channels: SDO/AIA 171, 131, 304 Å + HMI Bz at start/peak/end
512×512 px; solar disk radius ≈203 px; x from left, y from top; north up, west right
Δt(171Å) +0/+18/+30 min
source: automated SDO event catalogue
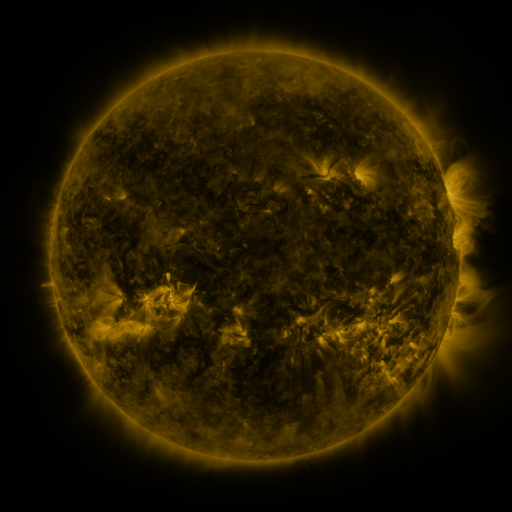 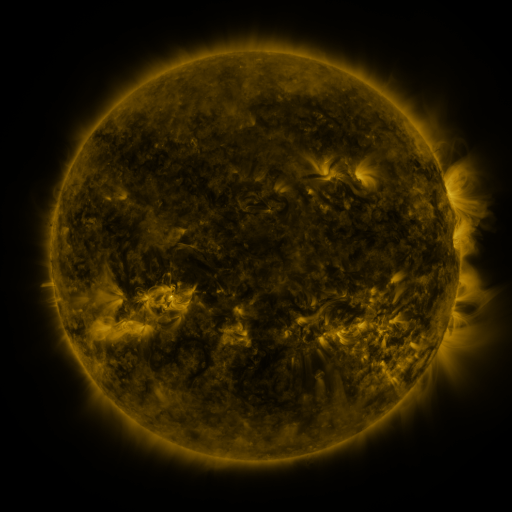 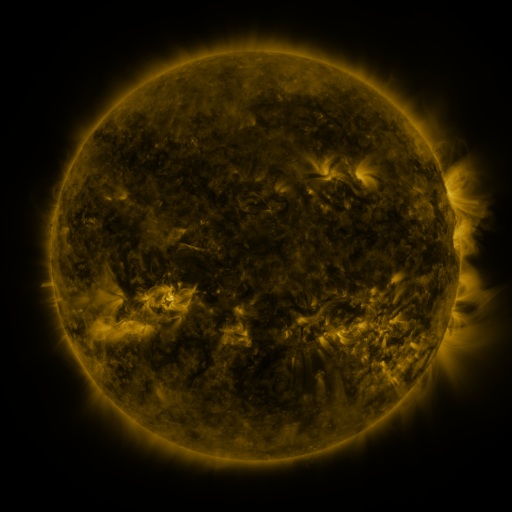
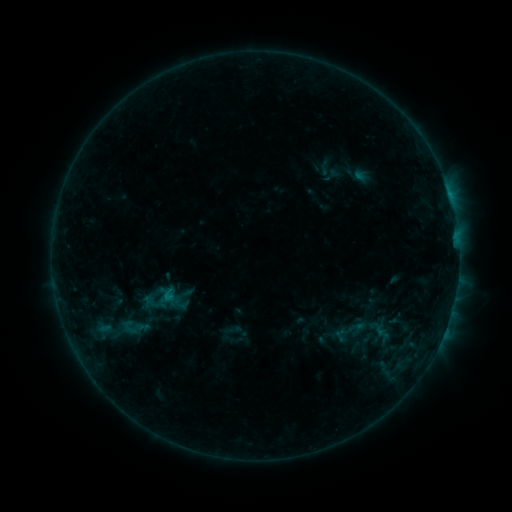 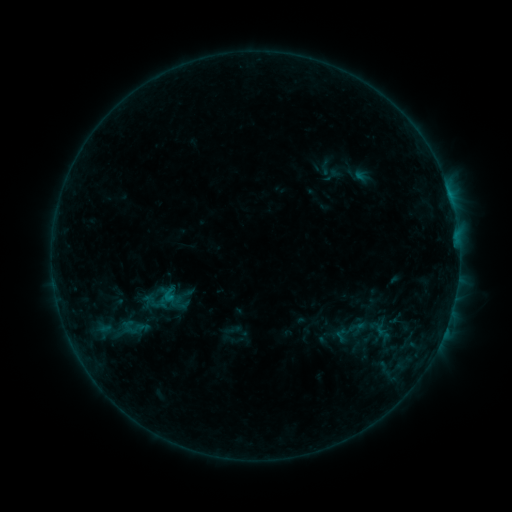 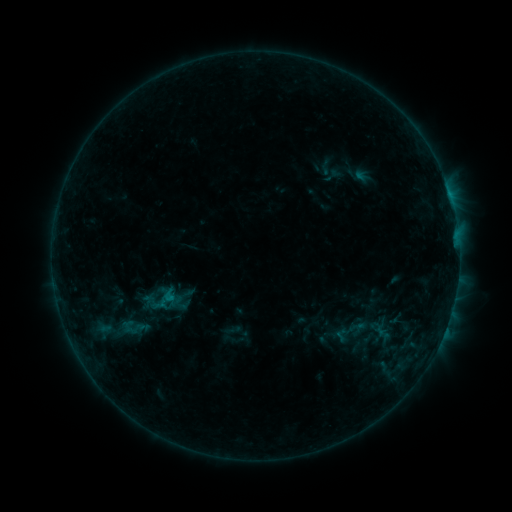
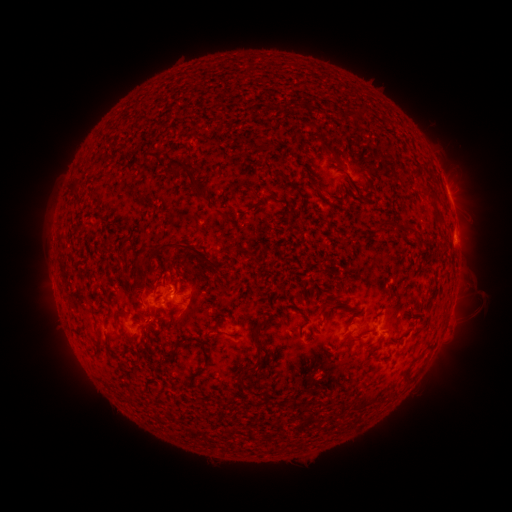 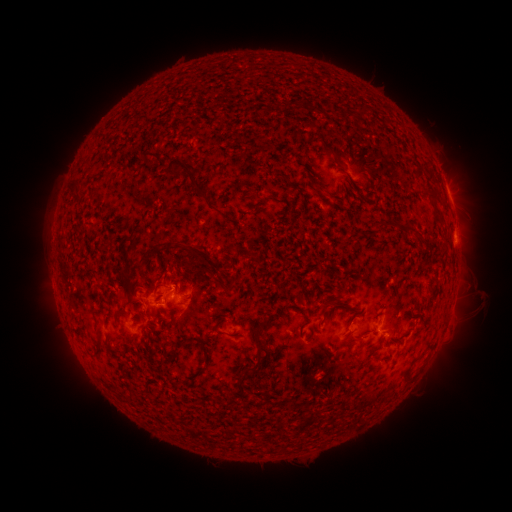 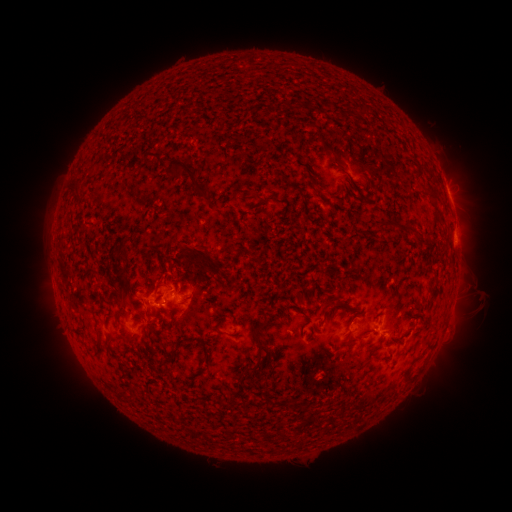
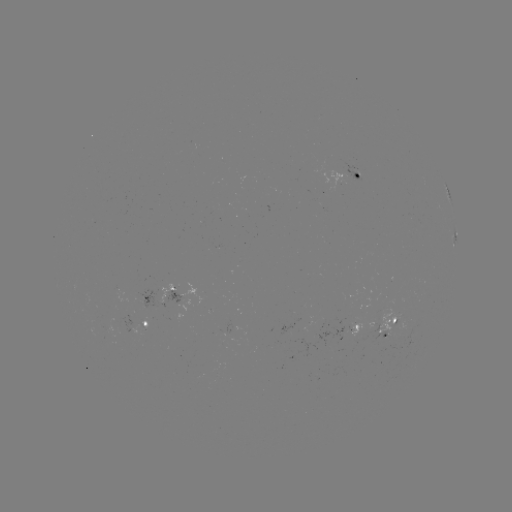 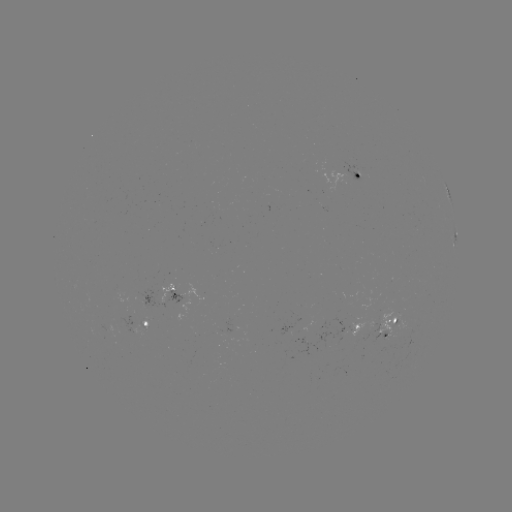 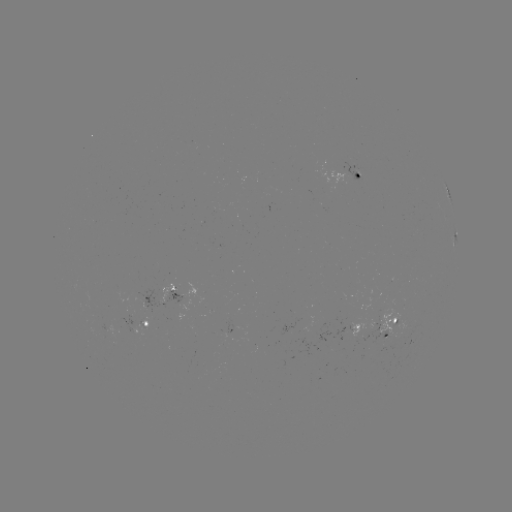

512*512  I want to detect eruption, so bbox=[102, 237, 159, 295].